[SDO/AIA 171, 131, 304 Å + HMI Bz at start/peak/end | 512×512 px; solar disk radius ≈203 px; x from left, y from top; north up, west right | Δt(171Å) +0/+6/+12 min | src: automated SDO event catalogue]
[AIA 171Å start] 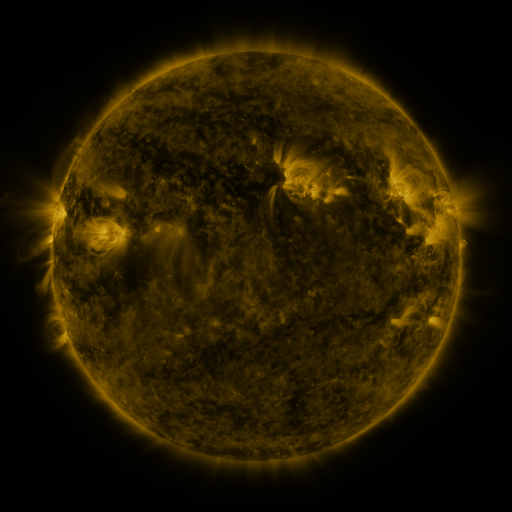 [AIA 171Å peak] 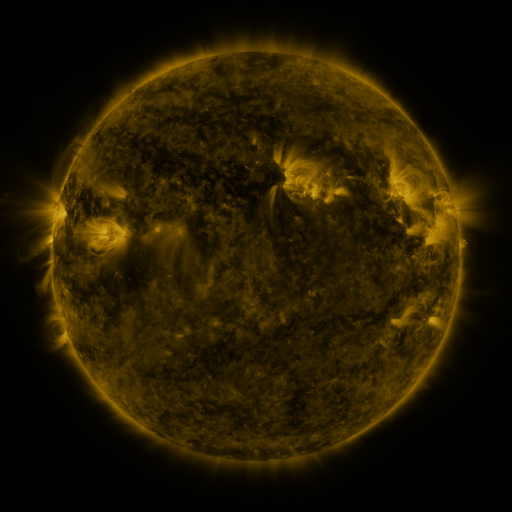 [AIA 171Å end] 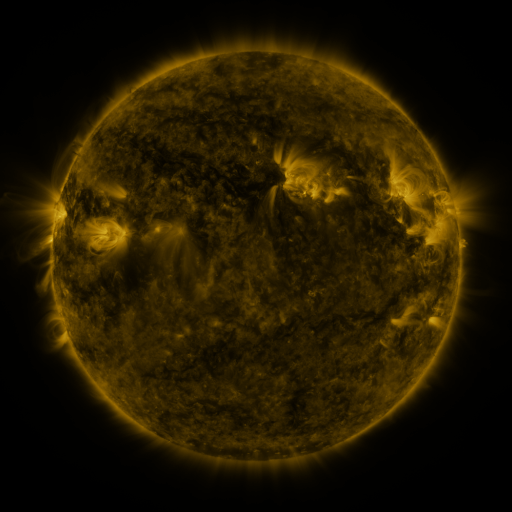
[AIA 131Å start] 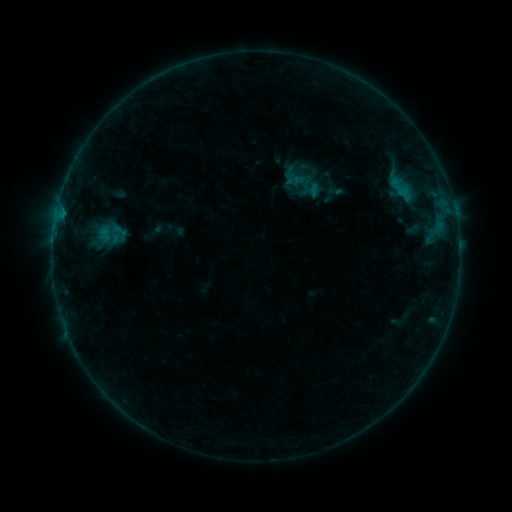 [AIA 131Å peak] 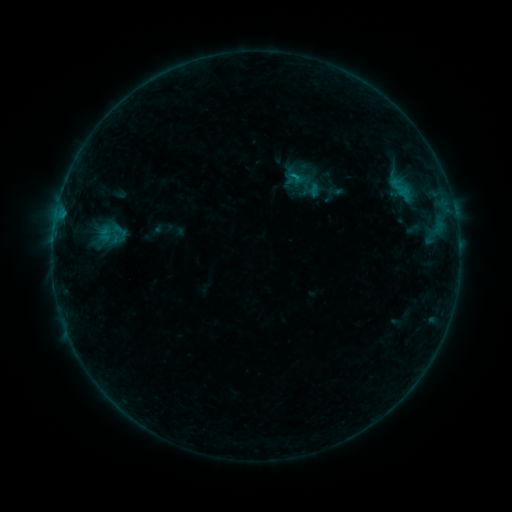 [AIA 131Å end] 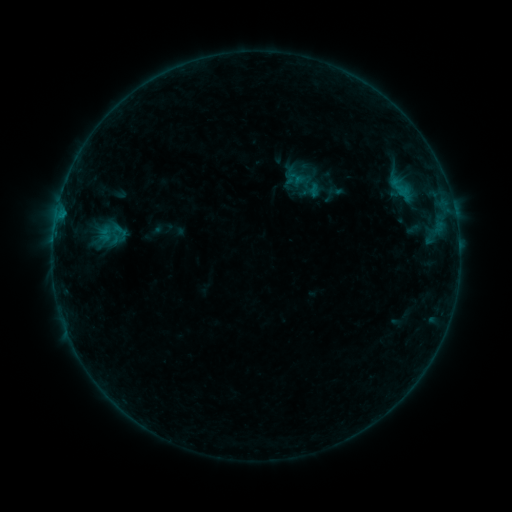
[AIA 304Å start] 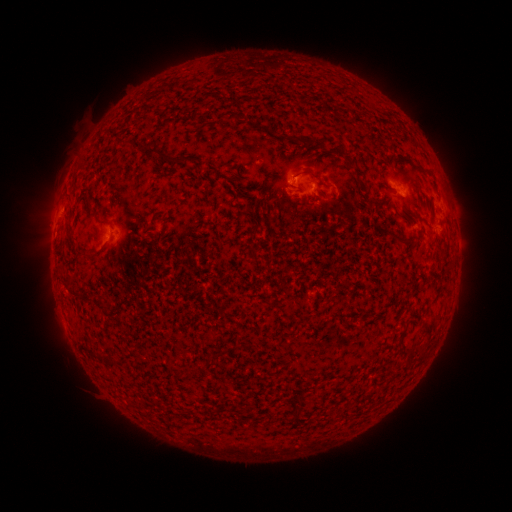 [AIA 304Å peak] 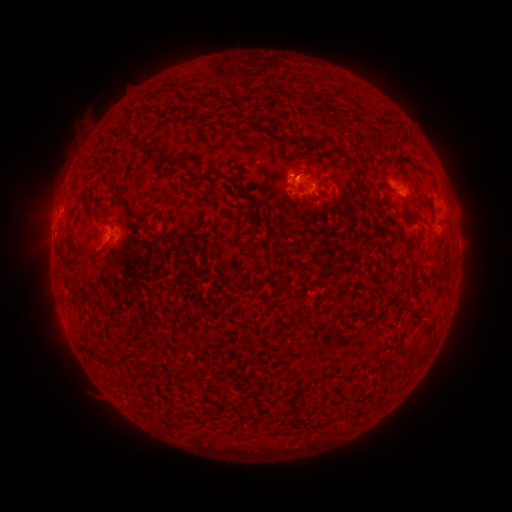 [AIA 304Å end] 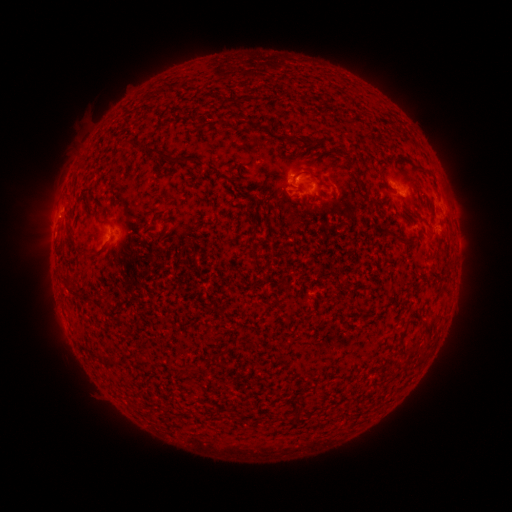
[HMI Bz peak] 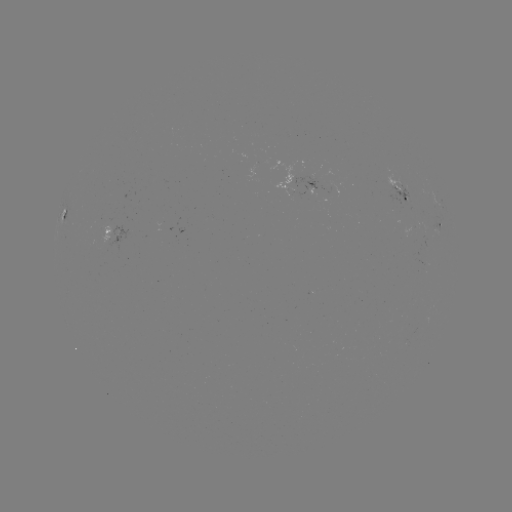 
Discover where B3.2 flare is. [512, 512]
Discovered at [292, 177].